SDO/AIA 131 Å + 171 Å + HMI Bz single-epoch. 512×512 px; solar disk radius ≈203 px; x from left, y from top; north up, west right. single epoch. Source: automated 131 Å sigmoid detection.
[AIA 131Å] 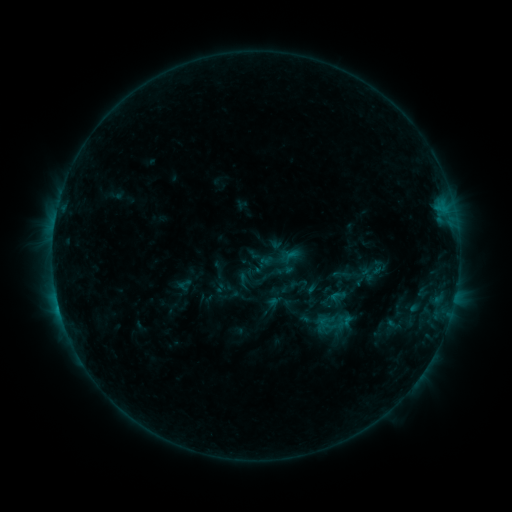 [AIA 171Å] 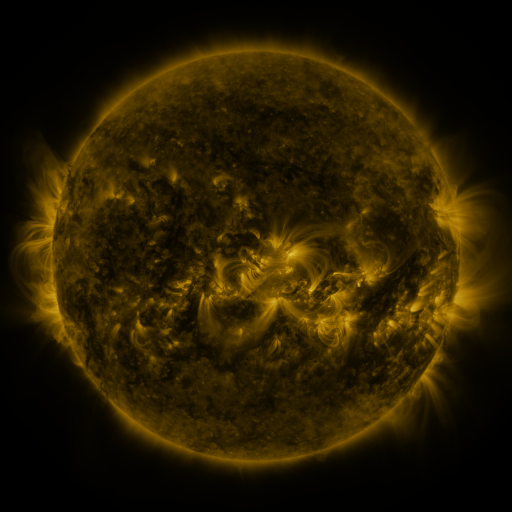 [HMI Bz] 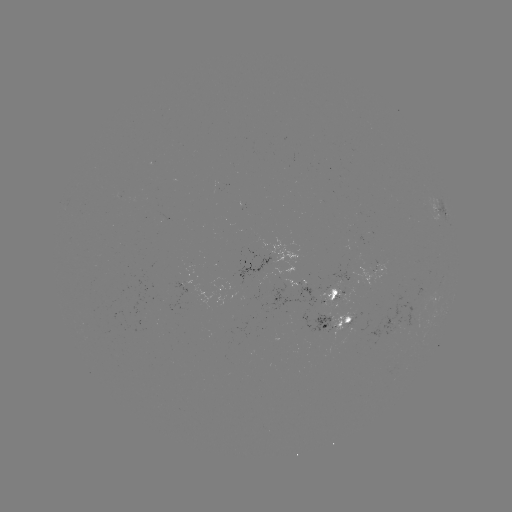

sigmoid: (328, 286, 346, 305)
